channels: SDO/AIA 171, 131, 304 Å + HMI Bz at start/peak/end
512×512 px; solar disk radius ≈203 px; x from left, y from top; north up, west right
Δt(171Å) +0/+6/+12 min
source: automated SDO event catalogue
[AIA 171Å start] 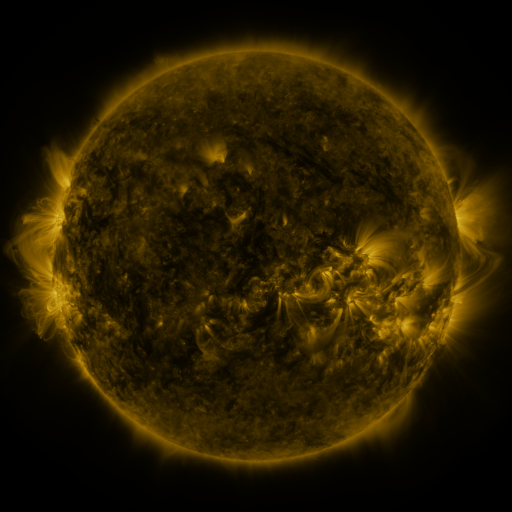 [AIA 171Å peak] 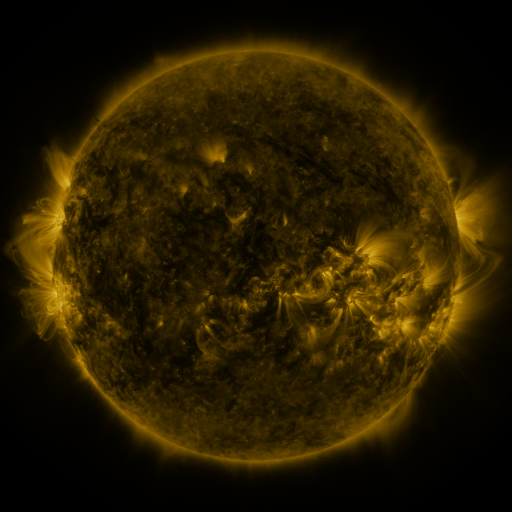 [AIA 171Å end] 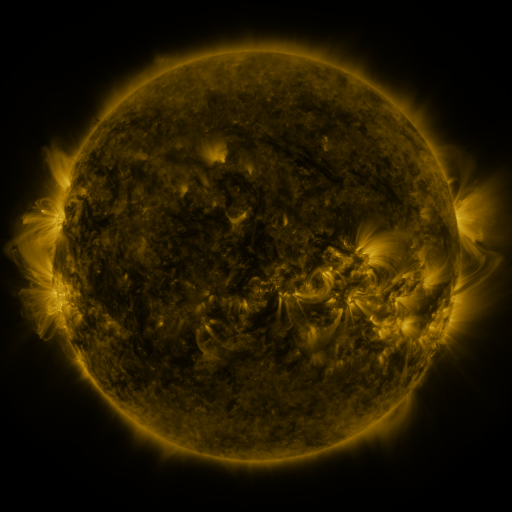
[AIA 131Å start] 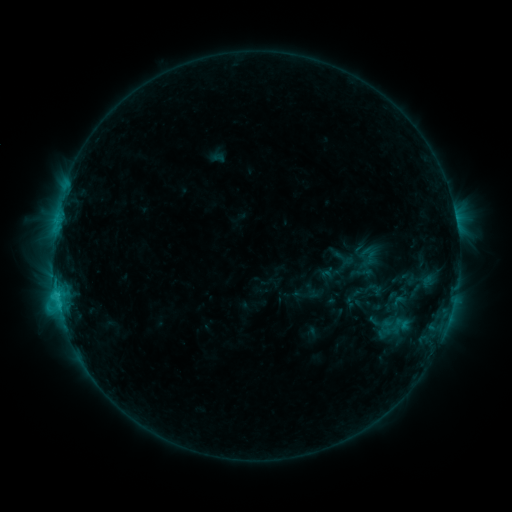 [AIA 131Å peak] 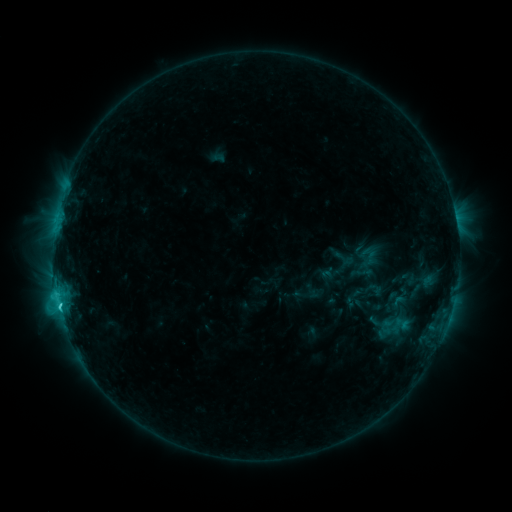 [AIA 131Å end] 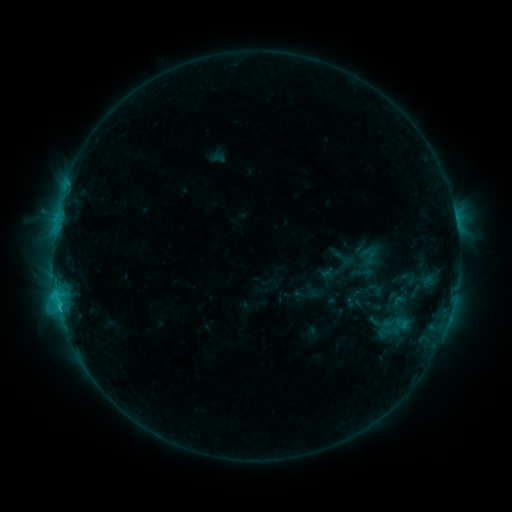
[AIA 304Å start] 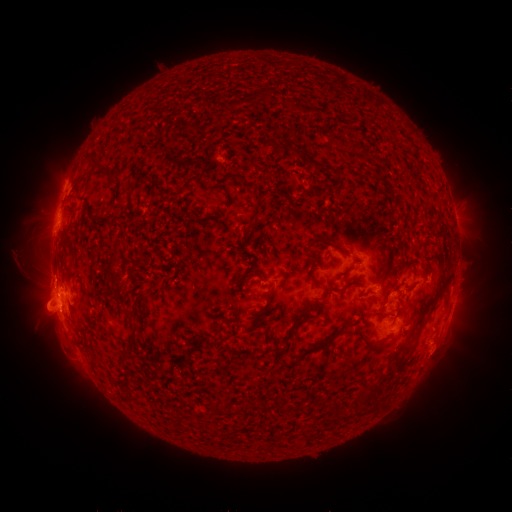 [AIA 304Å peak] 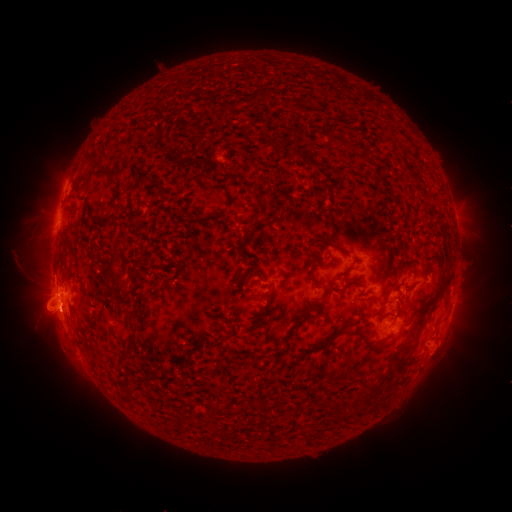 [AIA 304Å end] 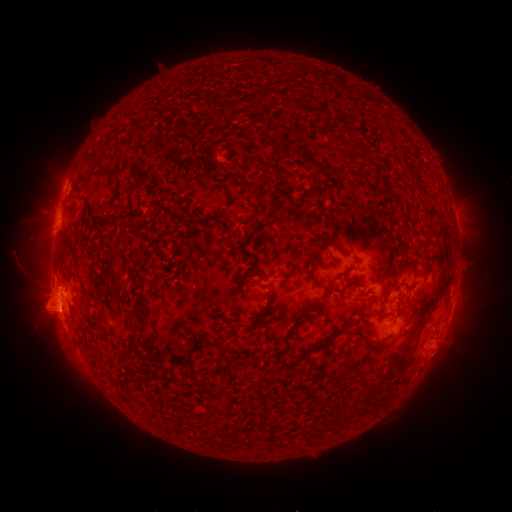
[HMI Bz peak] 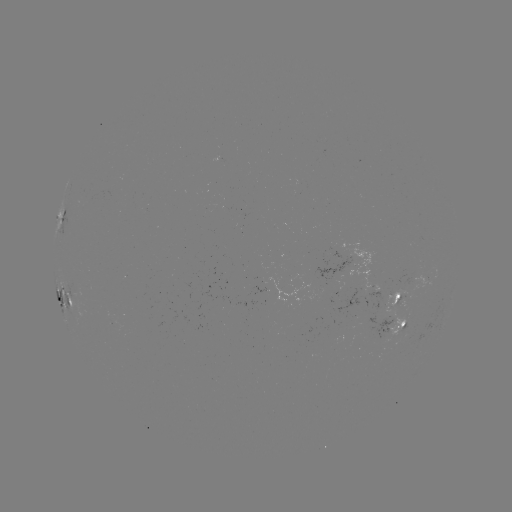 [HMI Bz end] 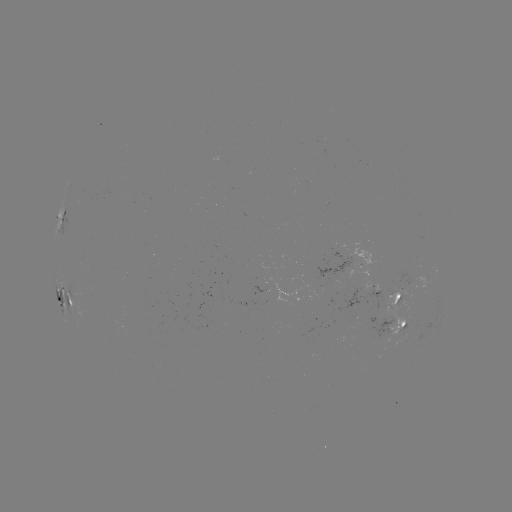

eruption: <bbox>34, 295, 88, 349</bbox>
